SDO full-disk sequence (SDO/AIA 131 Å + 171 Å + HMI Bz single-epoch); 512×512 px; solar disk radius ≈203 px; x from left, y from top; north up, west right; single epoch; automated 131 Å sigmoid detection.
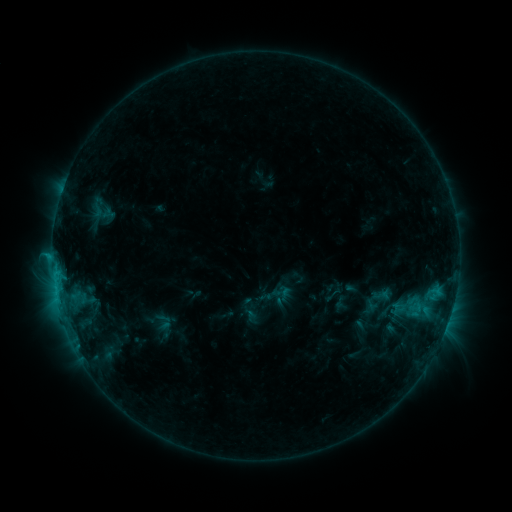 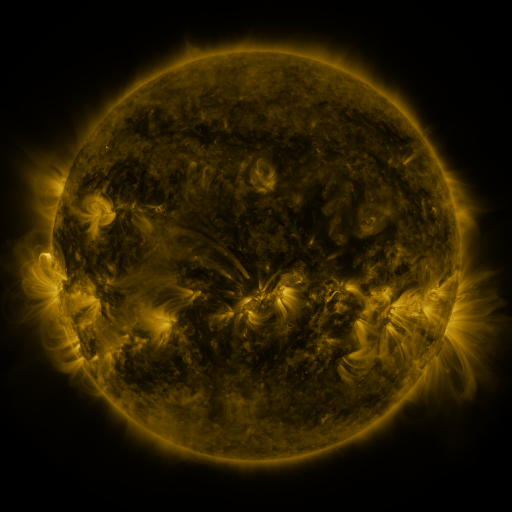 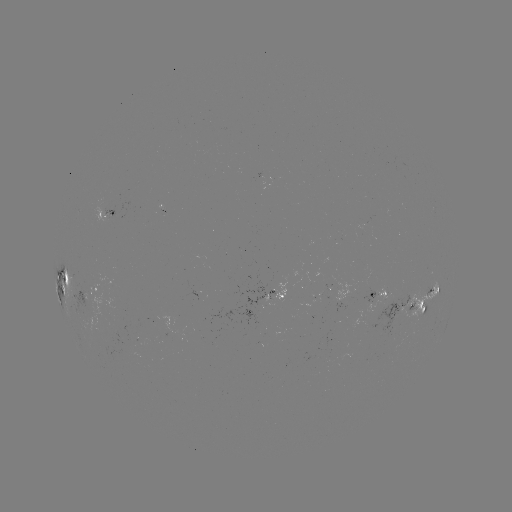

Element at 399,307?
sigmoid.